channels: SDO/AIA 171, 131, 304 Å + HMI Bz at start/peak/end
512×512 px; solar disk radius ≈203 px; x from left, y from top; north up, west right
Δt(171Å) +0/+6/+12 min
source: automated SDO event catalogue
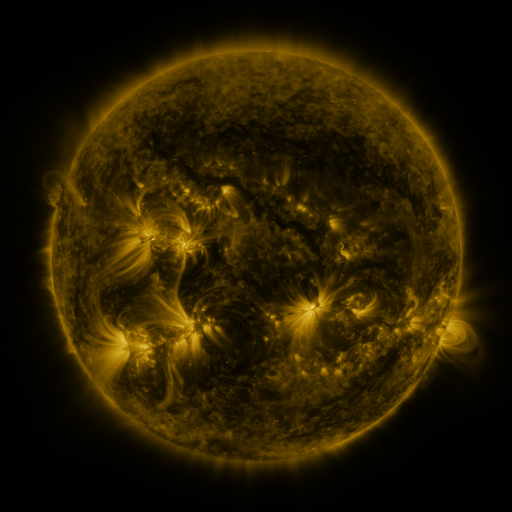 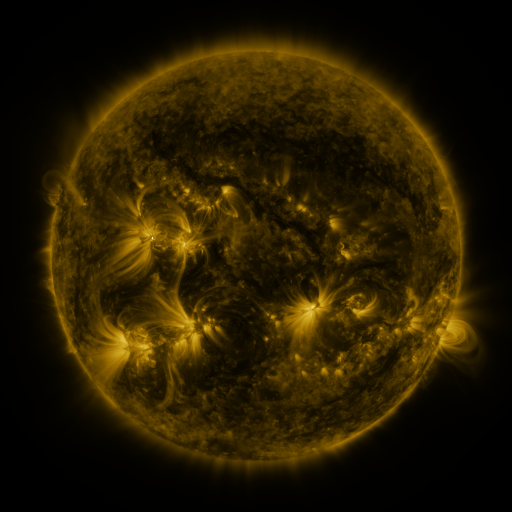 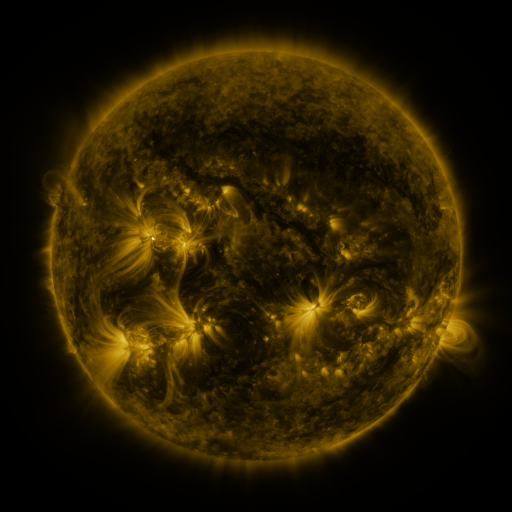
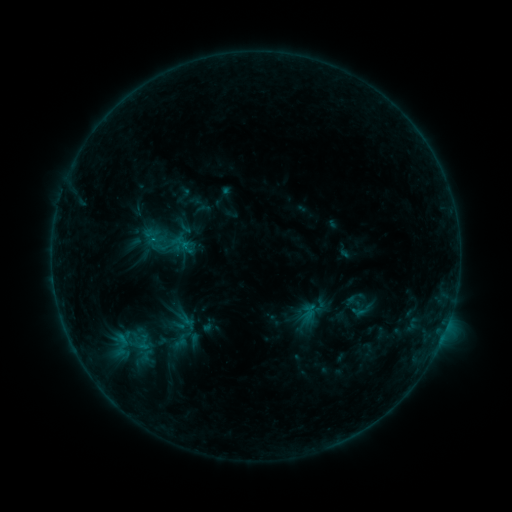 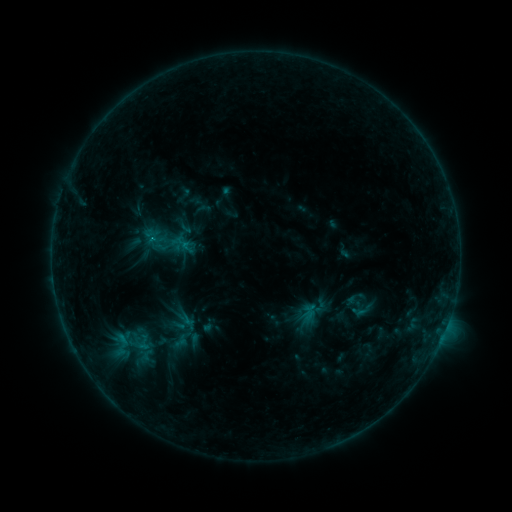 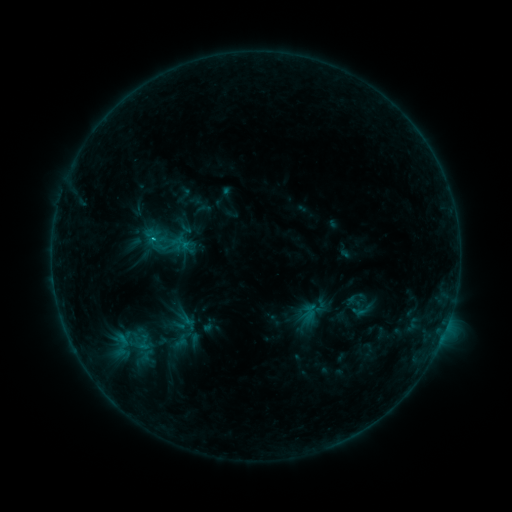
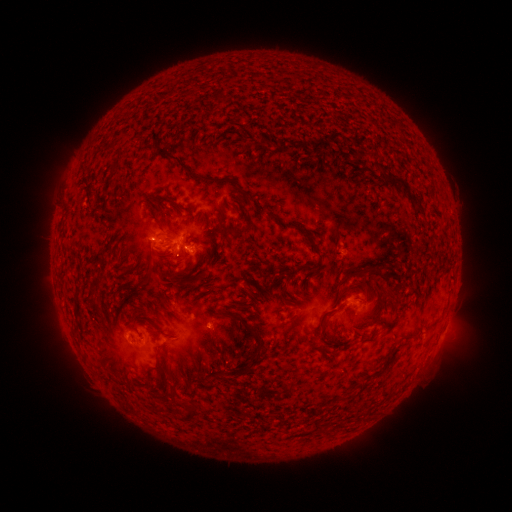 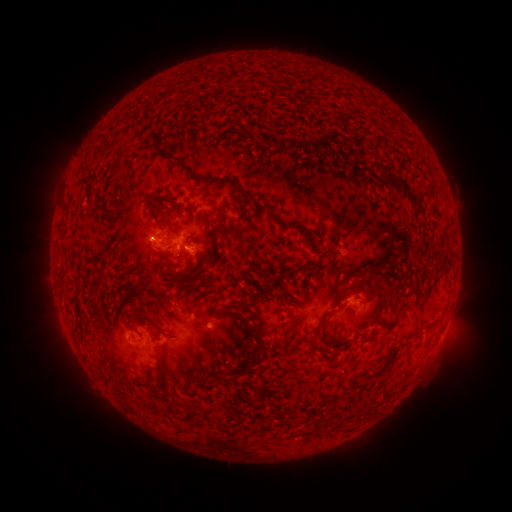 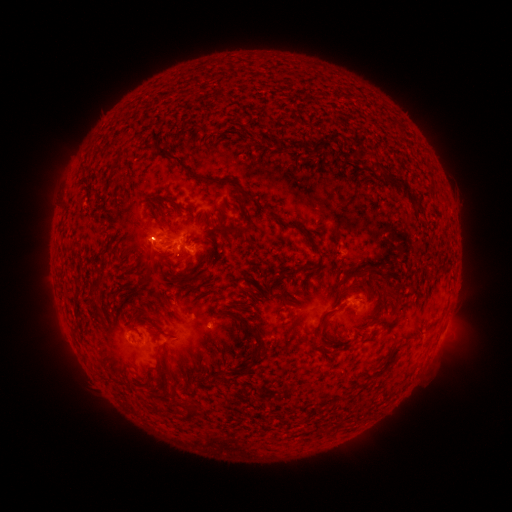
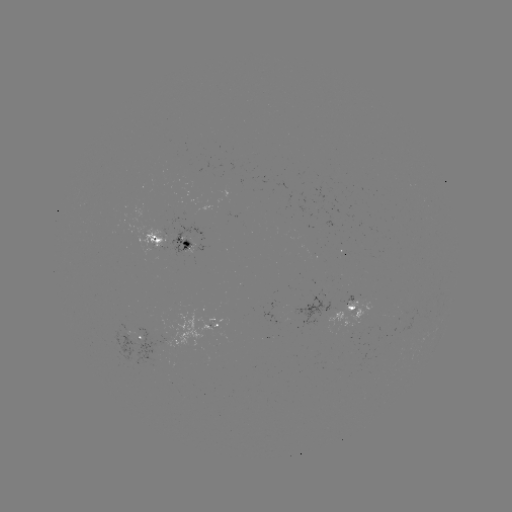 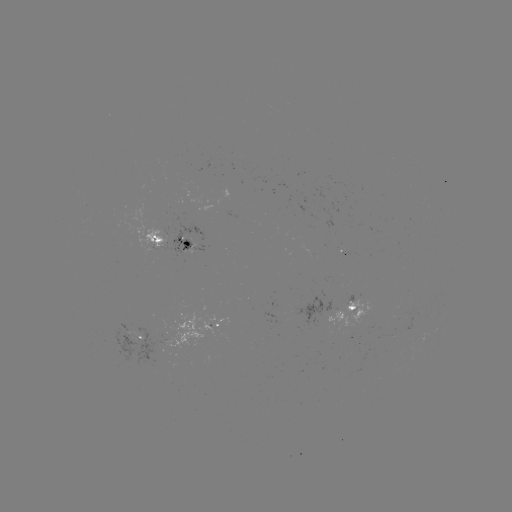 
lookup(C1.1 flare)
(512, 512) (155, 240)